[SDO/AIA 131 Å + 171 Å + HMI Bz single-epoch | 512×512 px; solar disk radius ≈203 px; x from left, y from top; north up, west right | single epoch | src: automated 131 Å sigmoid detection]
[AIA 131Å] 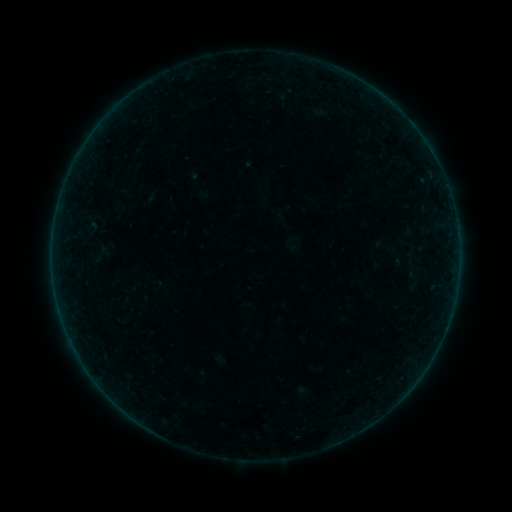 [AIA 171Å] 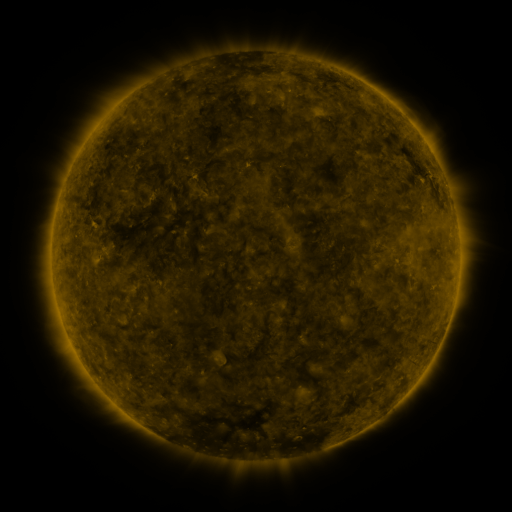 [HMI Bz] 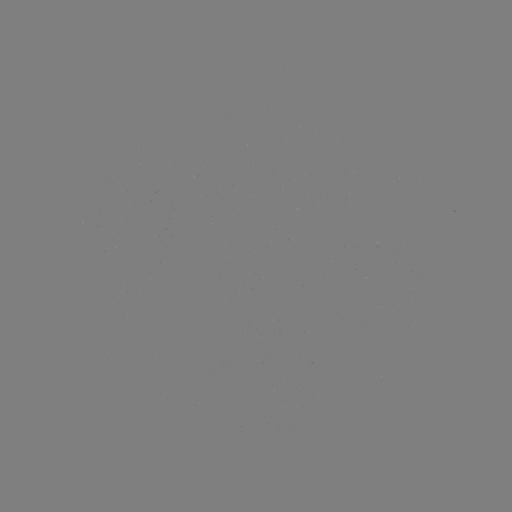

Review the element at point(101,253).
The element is sigmoid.